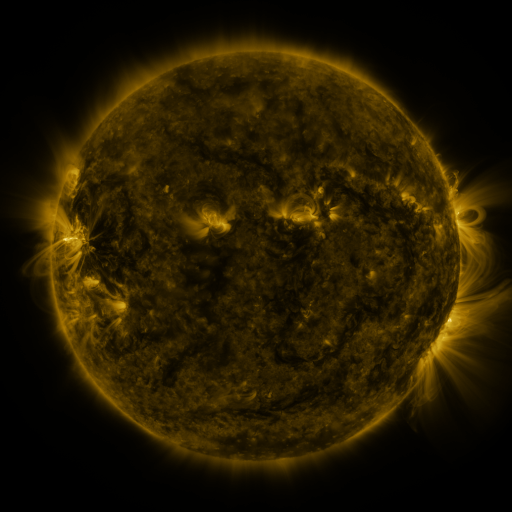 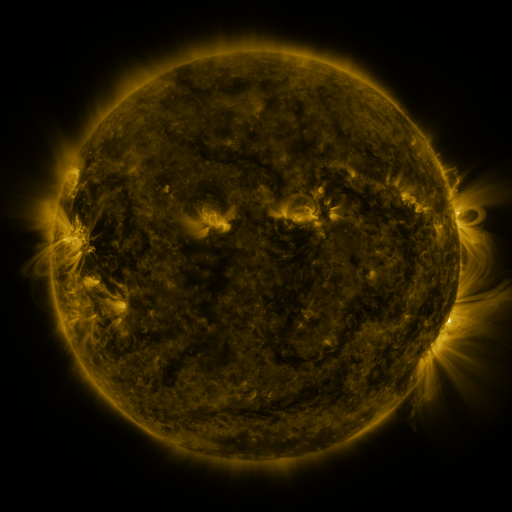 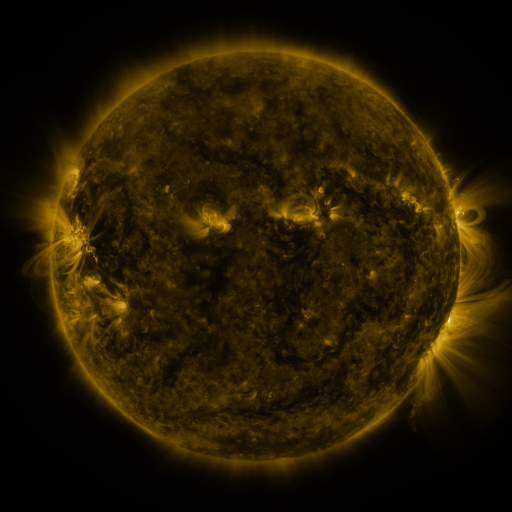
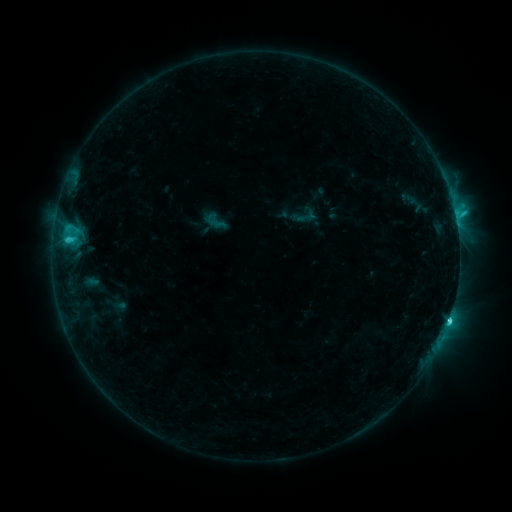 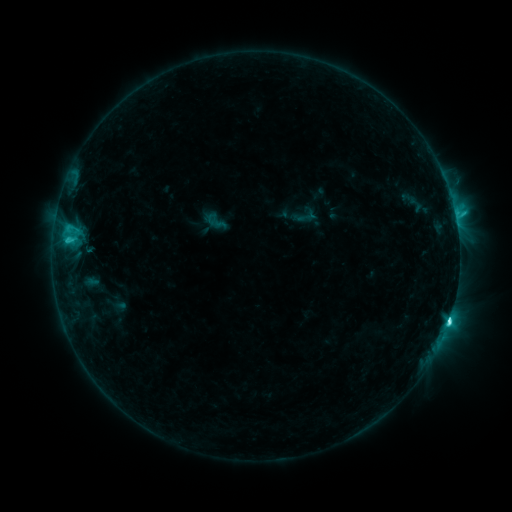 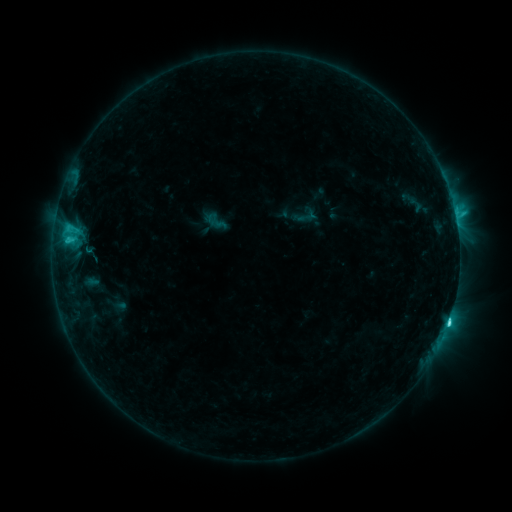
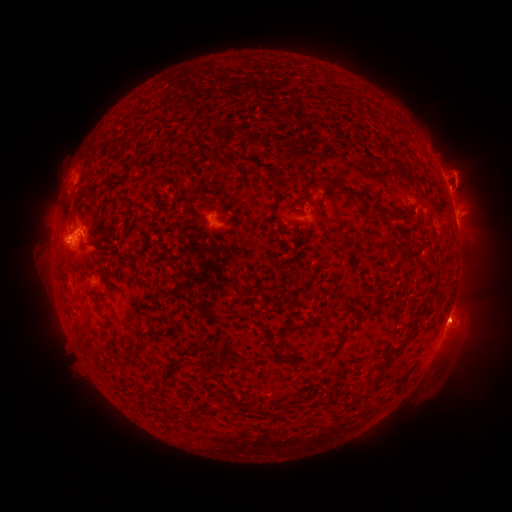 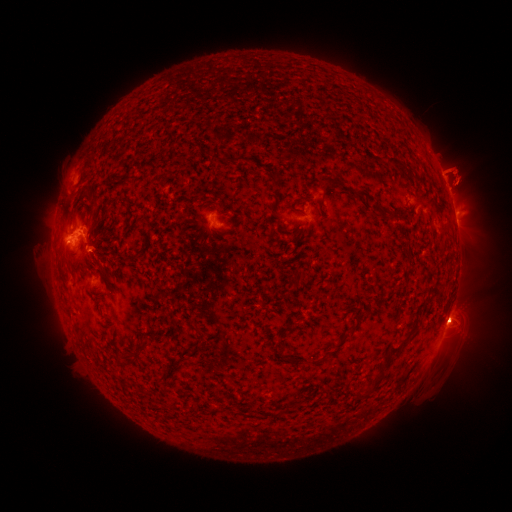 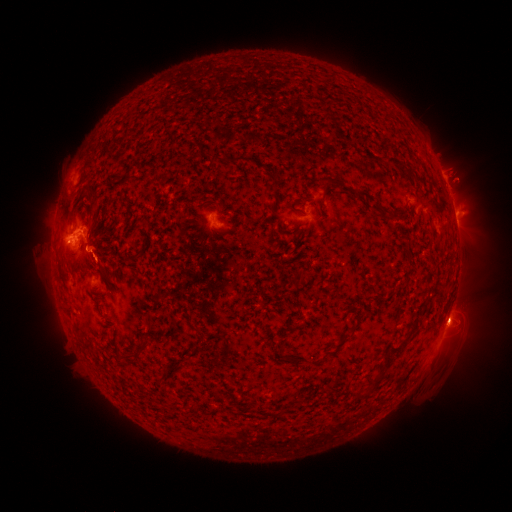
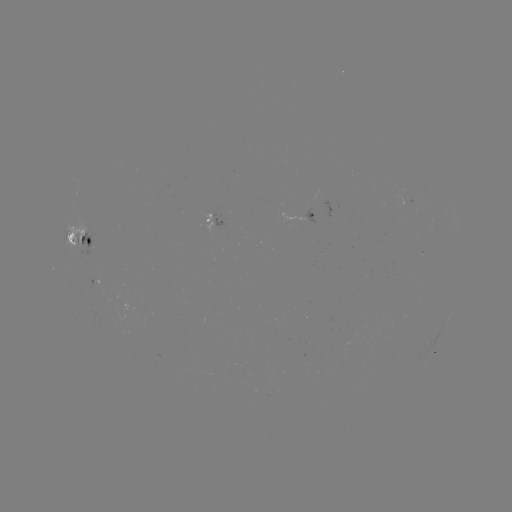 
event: flare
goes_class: C5.9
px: (446, 321)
